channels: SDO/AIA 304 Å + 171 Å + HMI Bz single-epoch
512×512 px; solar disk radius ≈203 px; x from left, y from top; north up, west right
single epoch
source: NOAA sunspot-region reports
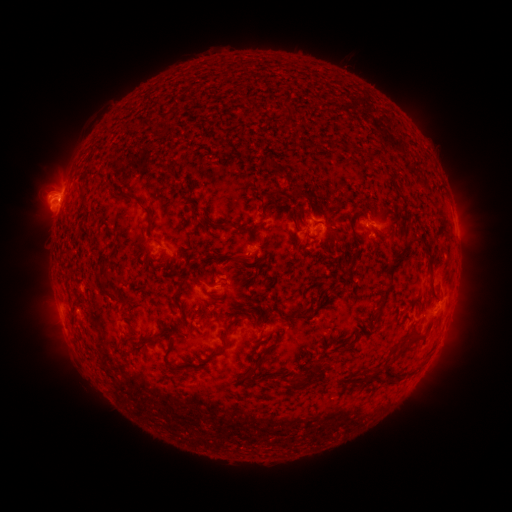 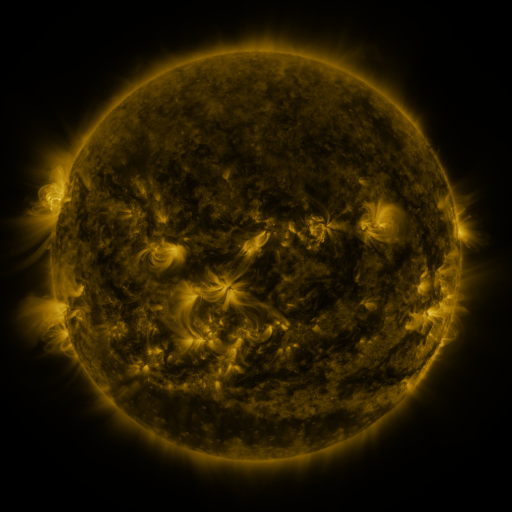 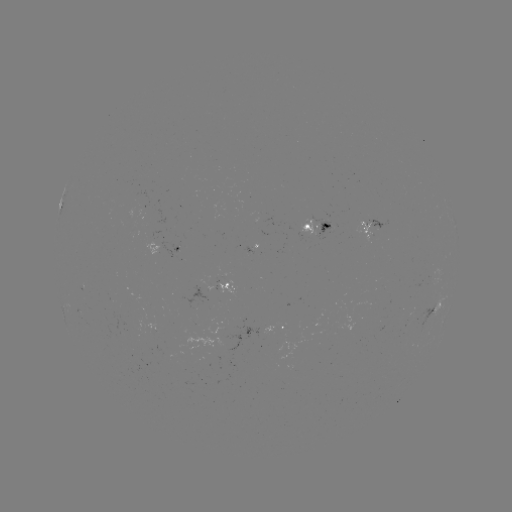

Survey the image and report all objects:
spotted active region: (373, 225)
spotted active region: (320, 227)
spotted active region: (457, 231)
spotted active region: (170, 251)
spotted active region: (220, 288)
spotted active region: (279, 326)
